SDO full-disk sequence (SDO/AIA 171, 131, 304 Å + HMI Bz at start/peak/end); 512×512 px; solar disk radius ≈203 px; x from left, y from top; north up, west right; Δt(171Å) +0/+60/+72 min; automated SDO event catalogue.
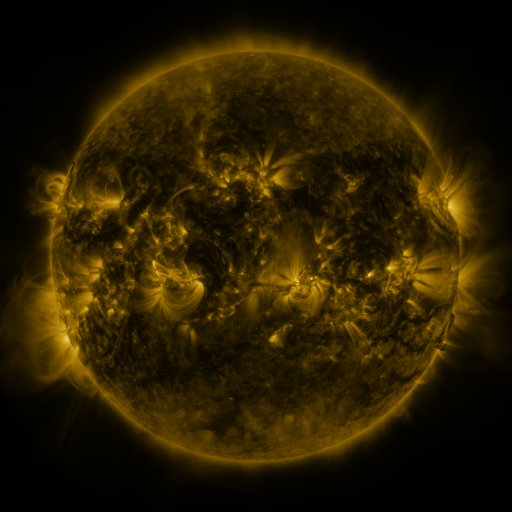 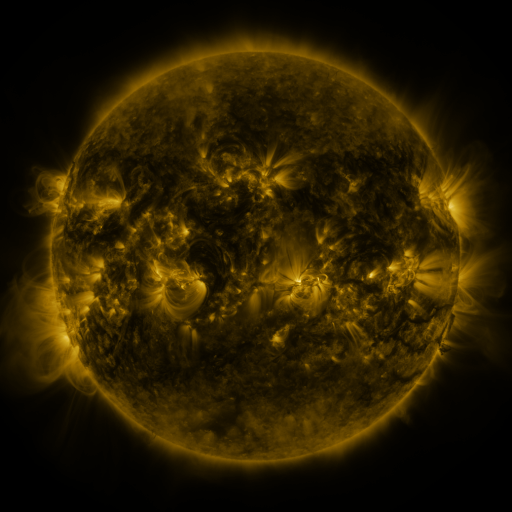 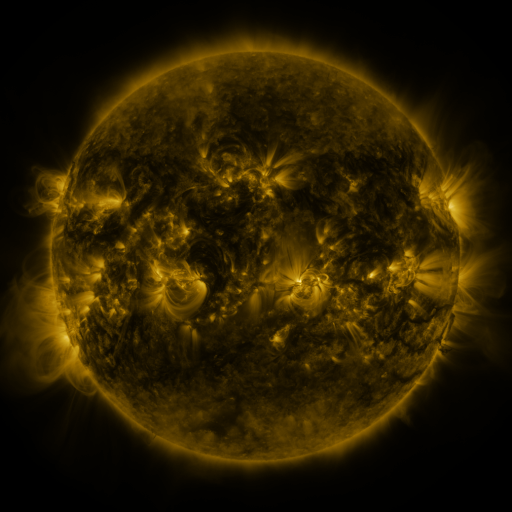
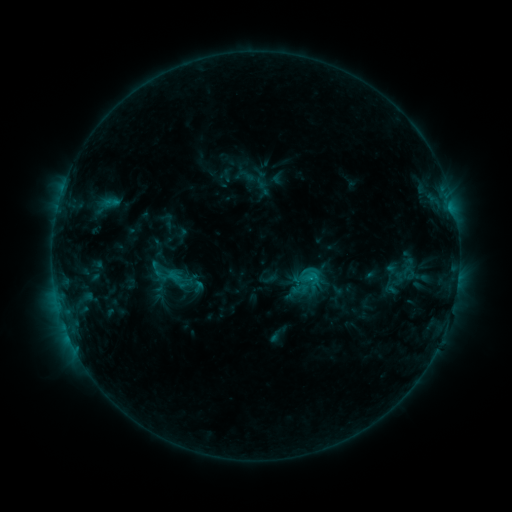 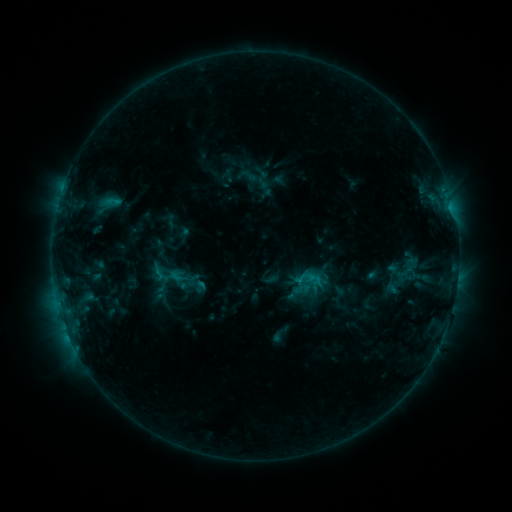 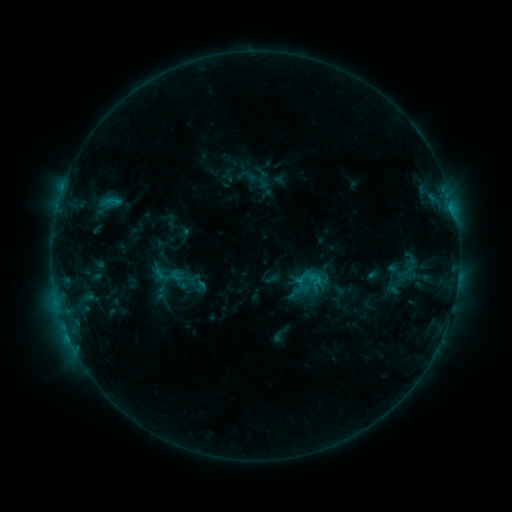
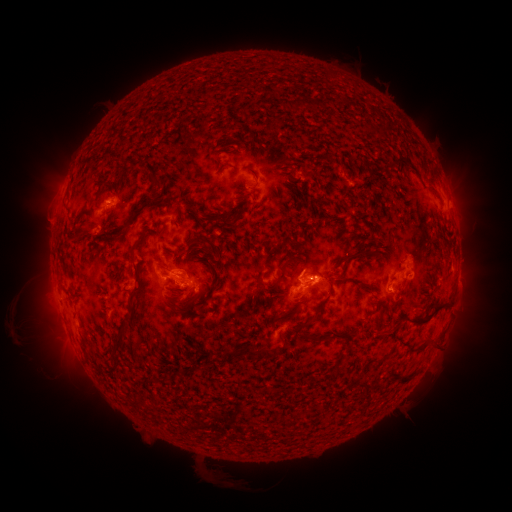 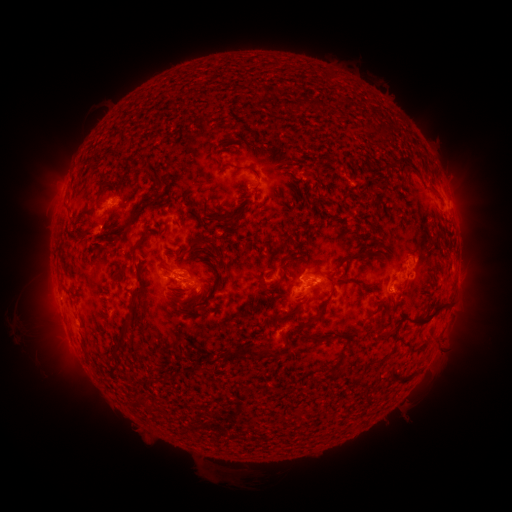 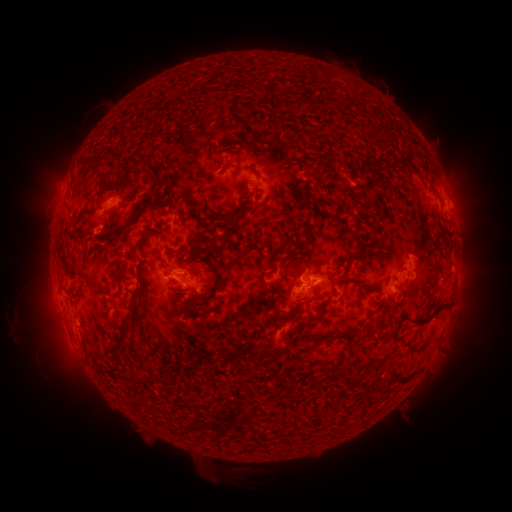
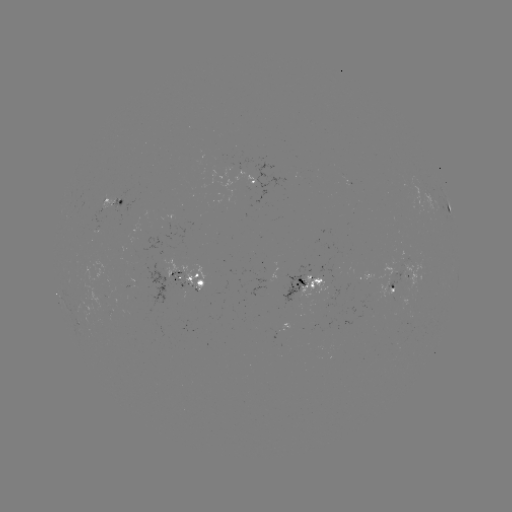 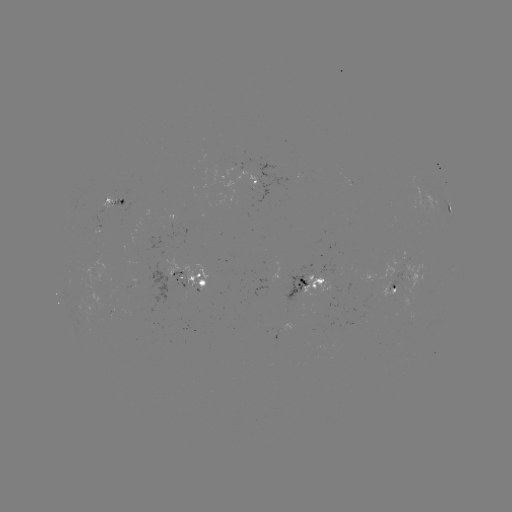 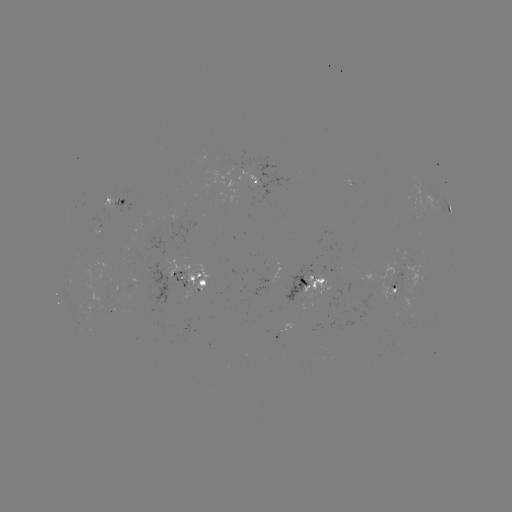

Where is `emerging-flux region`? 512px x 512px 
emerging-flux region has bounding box [163, 256, 182, 278].